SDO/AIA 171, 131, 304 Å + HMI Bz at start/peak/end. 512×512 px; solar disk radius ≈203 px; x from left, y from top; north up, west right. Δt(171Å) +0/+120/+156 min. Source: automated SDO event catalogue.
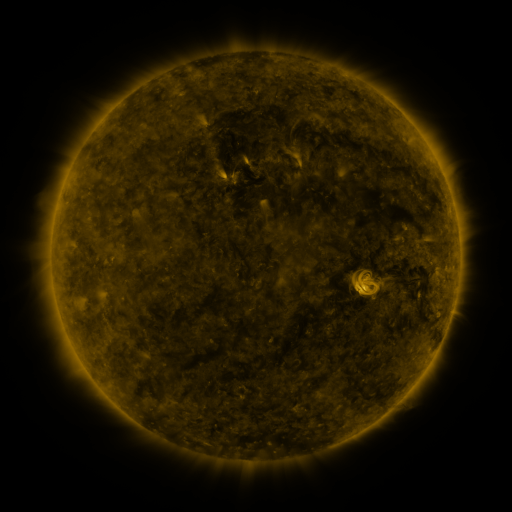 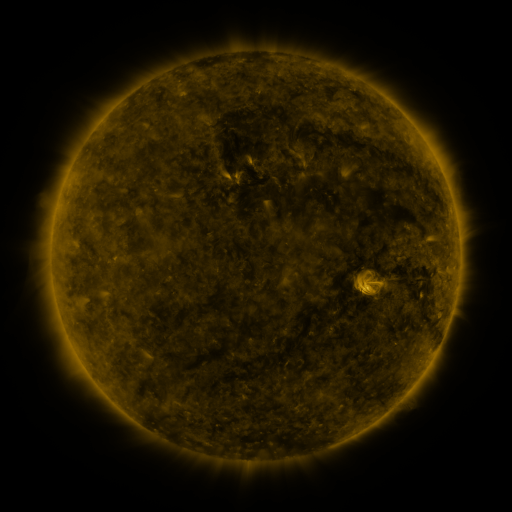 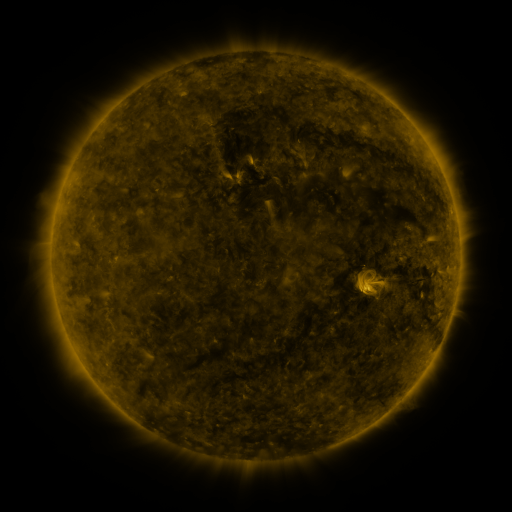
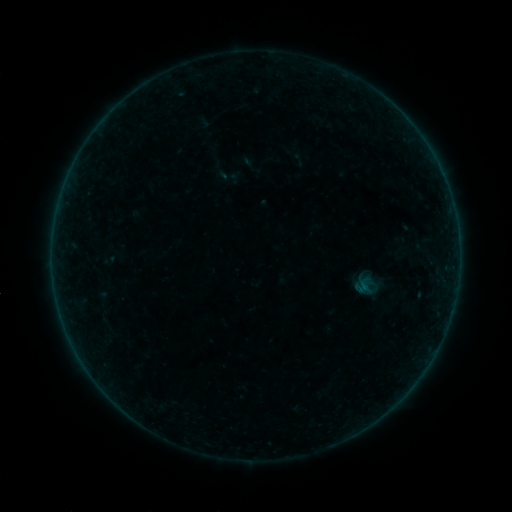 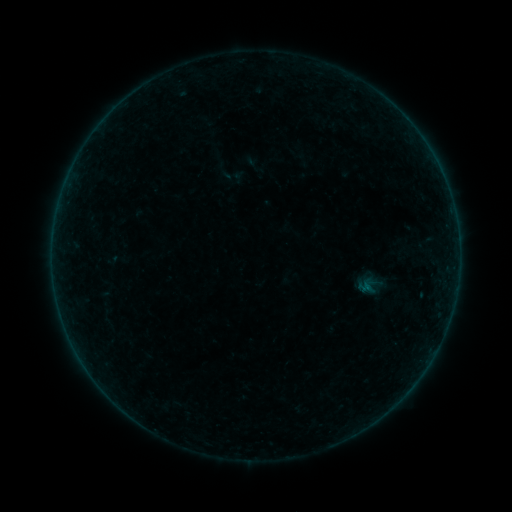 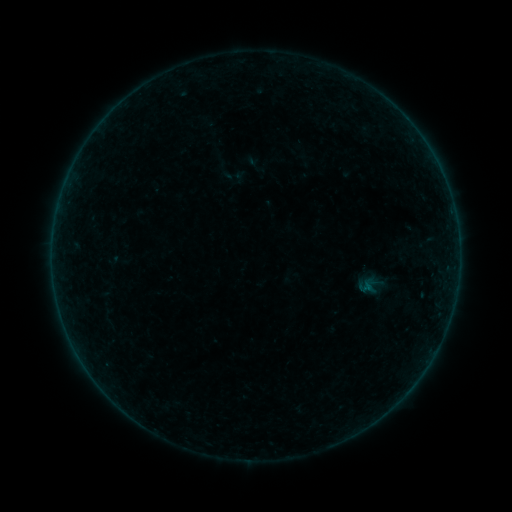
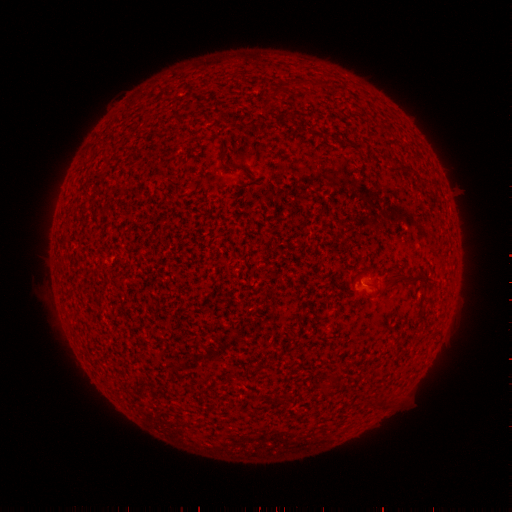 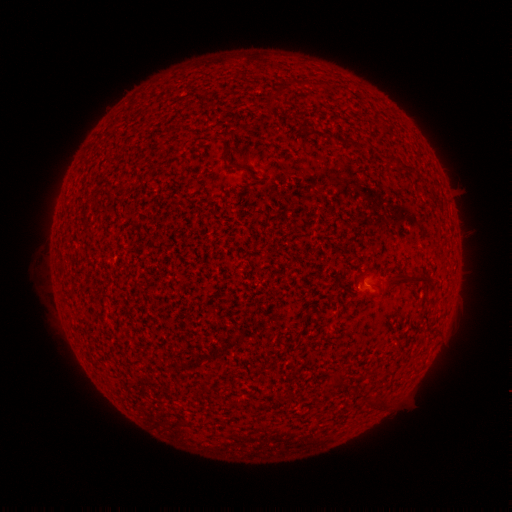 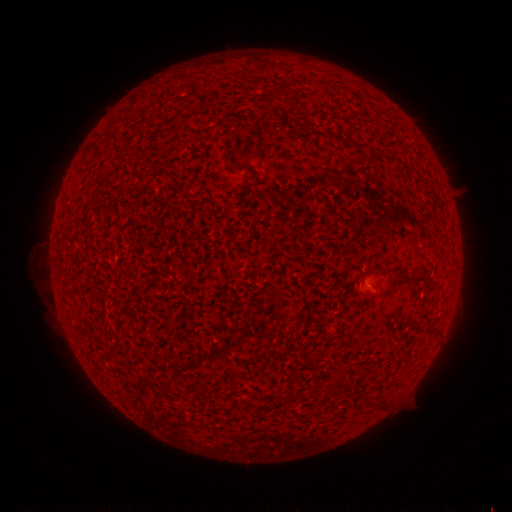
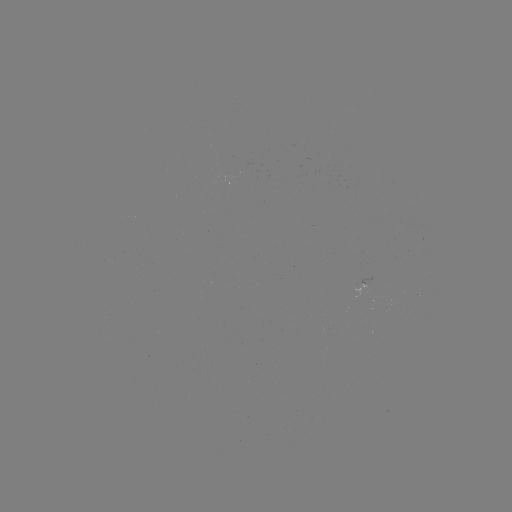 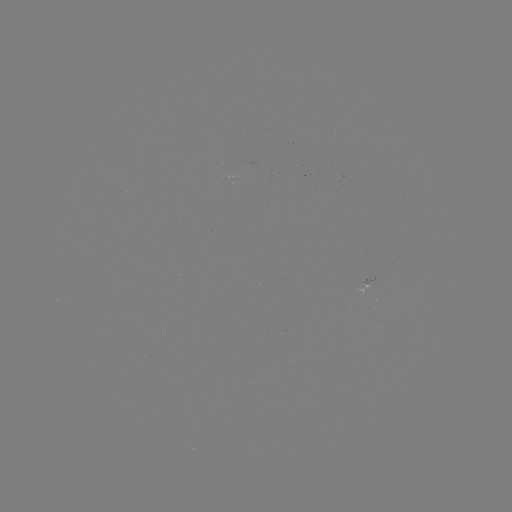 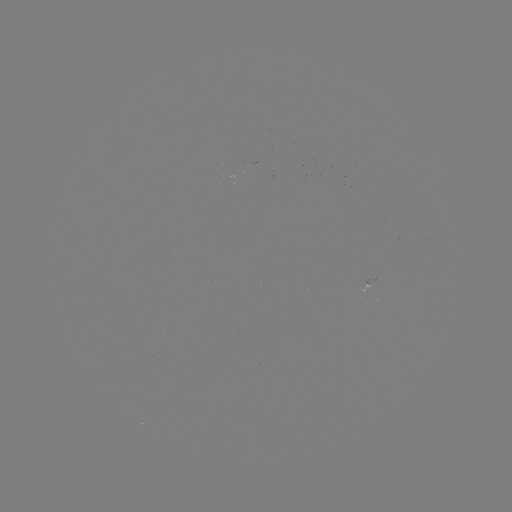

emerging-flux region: (356, 284, 372, 300)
